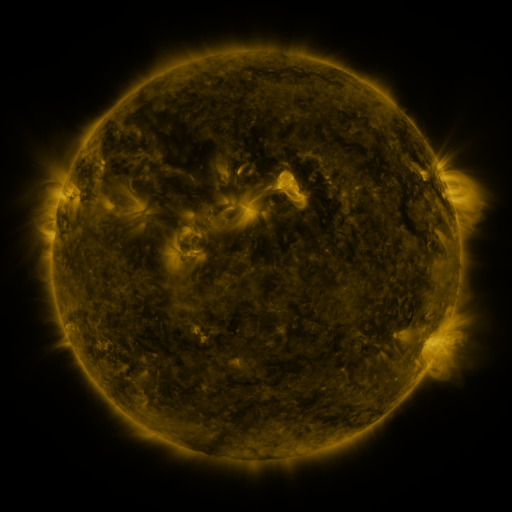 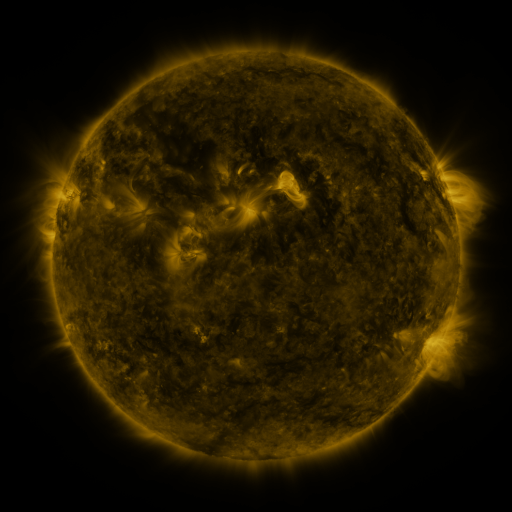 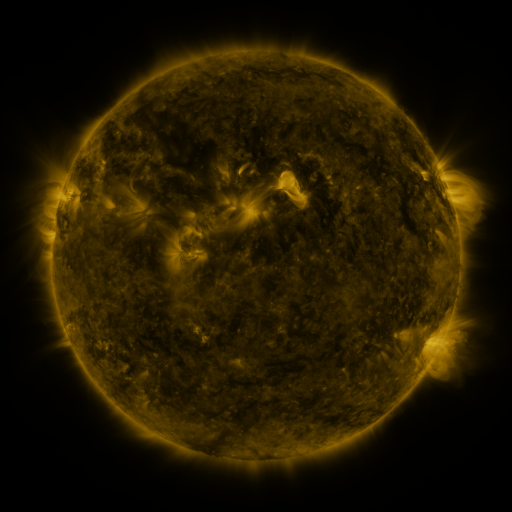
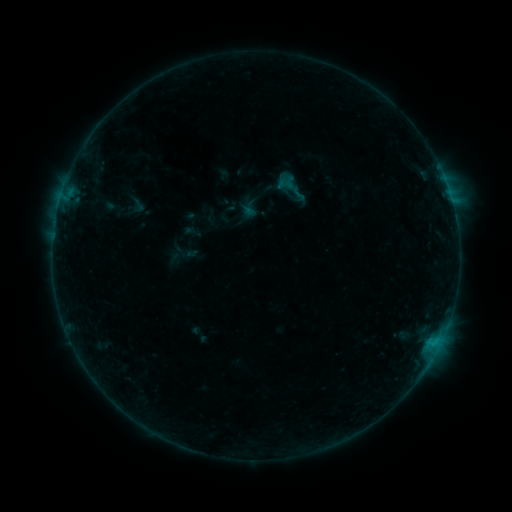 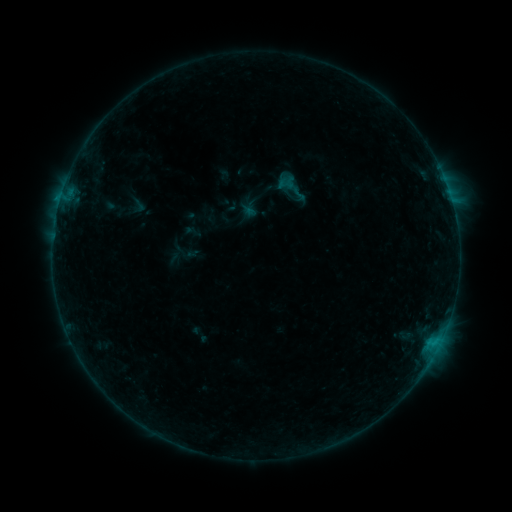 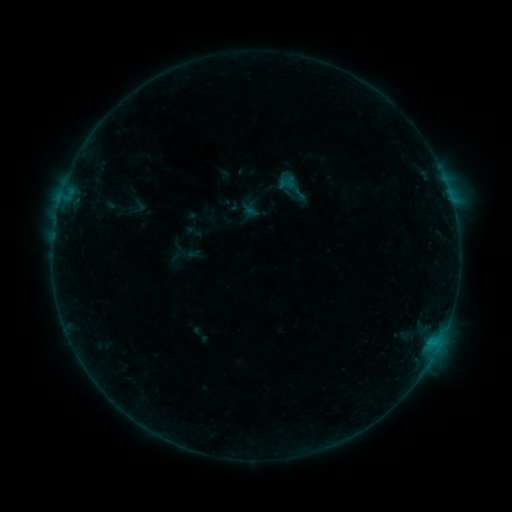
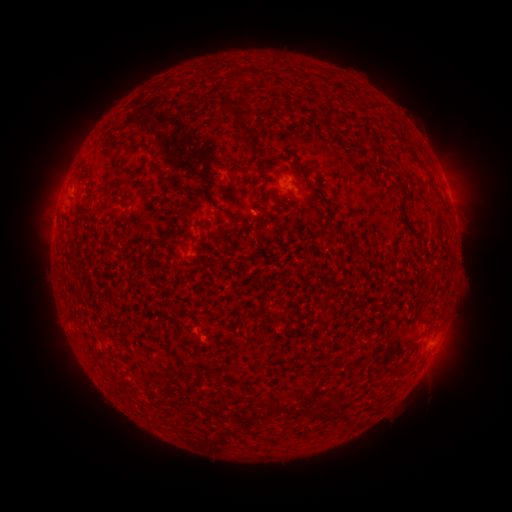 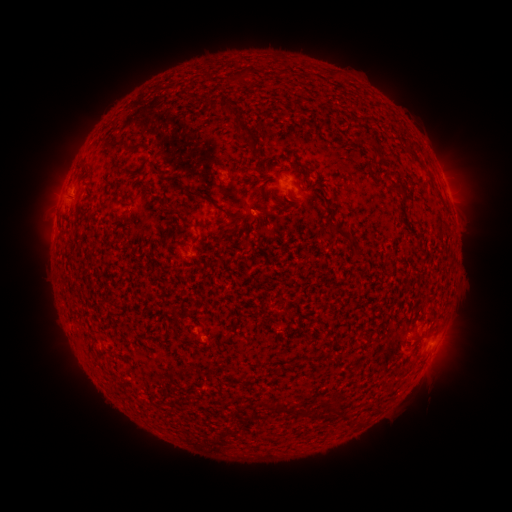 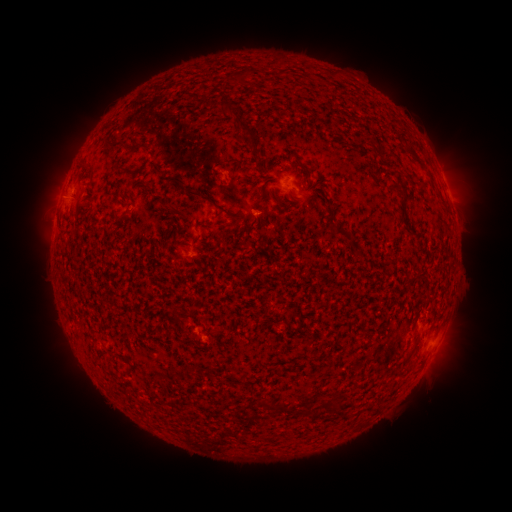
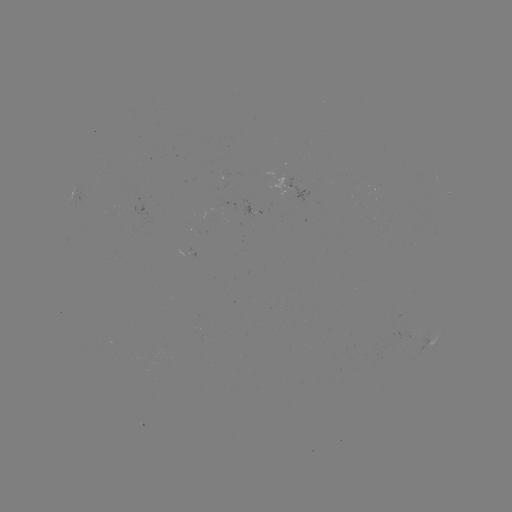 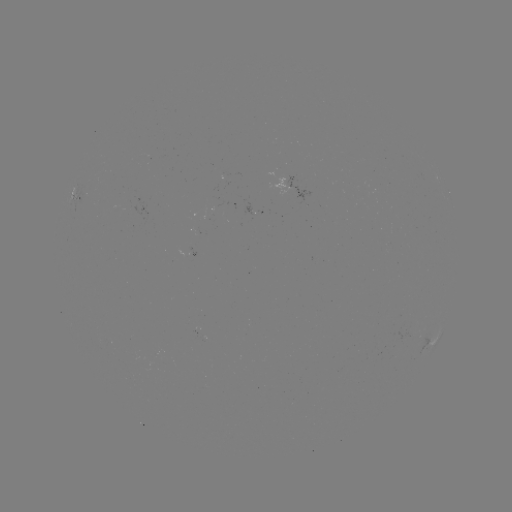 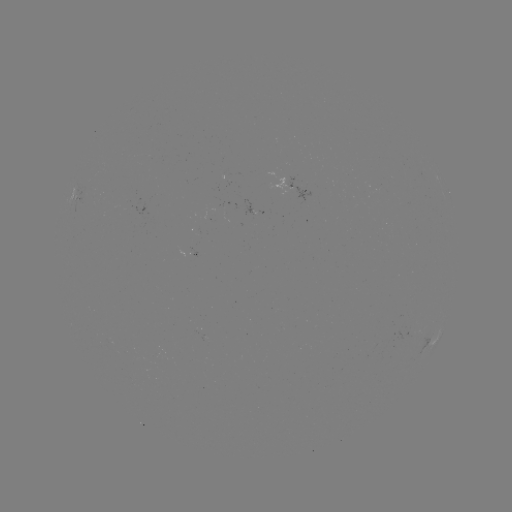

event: flare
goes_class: B2.7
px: (60, 200)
